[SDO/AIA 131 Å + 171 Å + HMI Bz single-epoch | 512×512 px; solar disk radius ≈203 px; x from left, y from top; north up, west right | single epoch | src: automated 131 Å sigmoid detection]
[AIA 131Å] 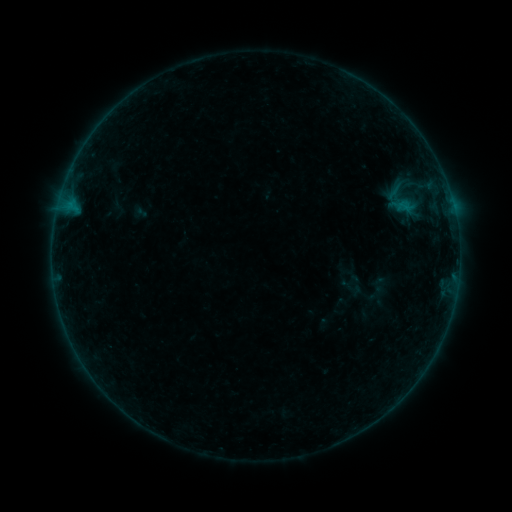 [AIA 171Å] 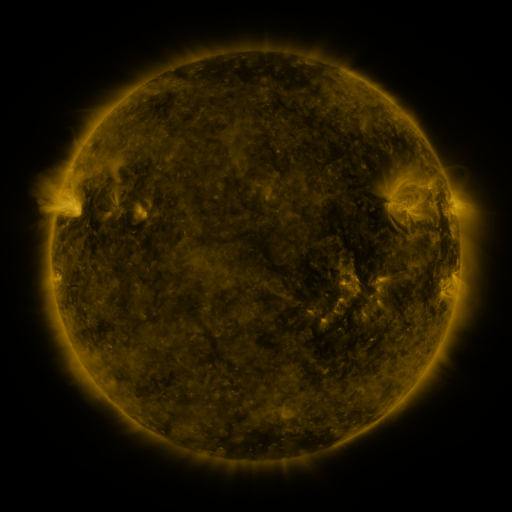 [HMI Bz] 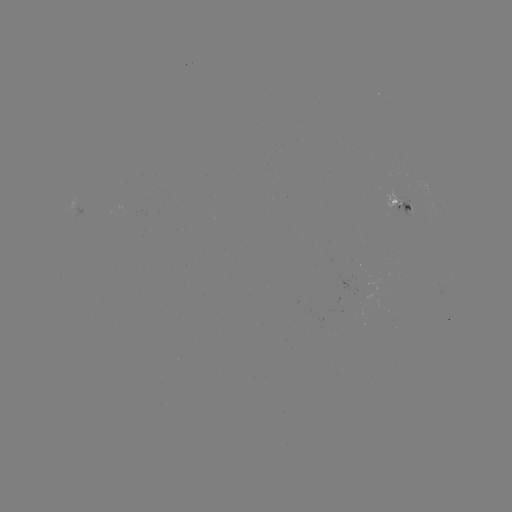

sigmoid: <bbox>372, 179, 429, 222</bbox>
